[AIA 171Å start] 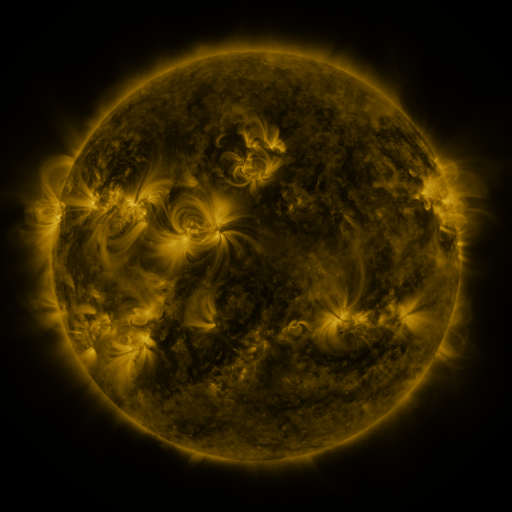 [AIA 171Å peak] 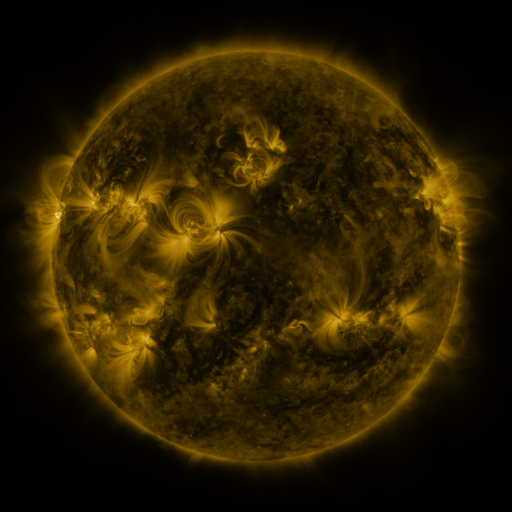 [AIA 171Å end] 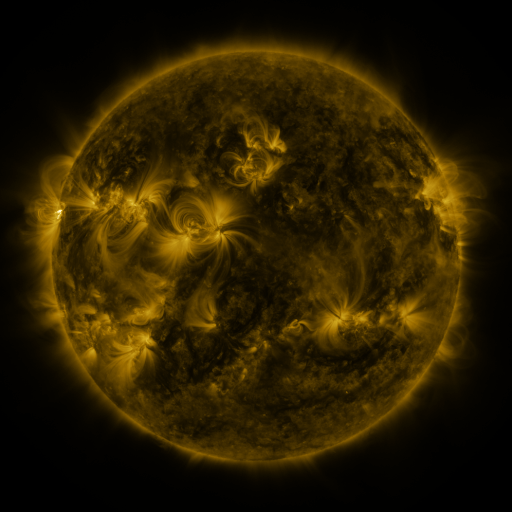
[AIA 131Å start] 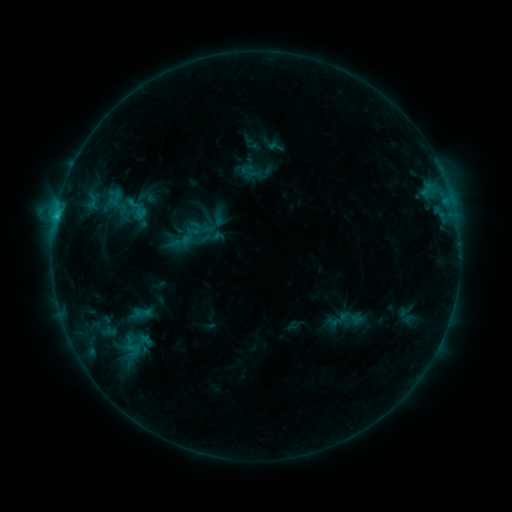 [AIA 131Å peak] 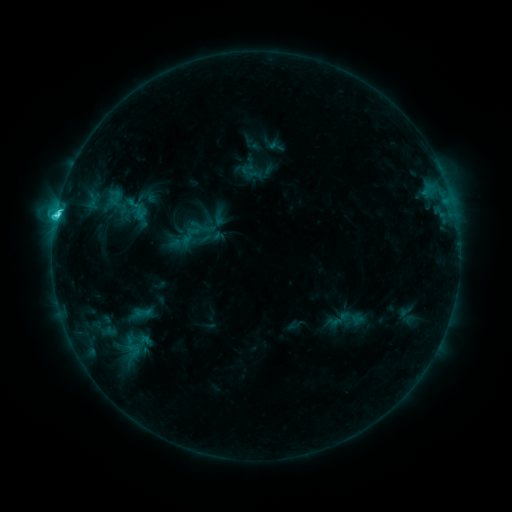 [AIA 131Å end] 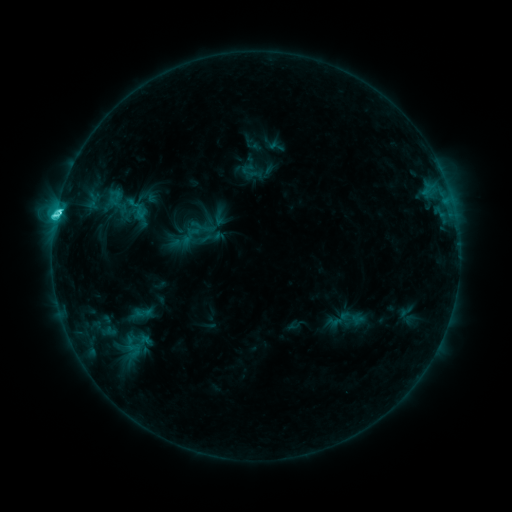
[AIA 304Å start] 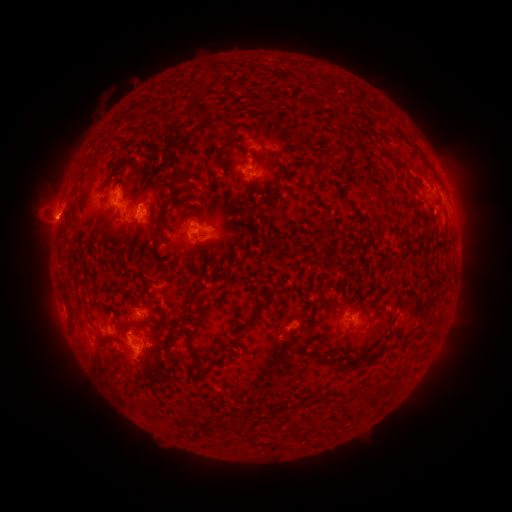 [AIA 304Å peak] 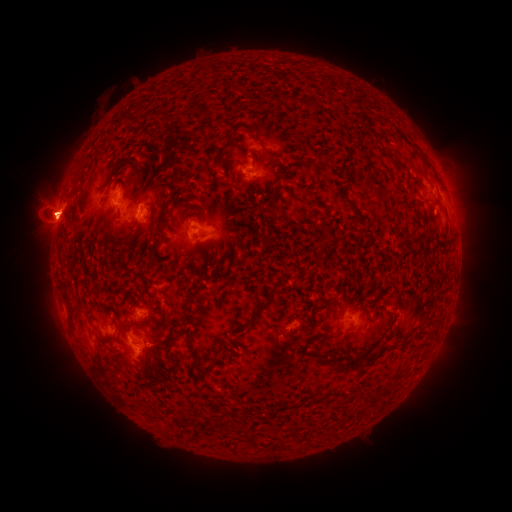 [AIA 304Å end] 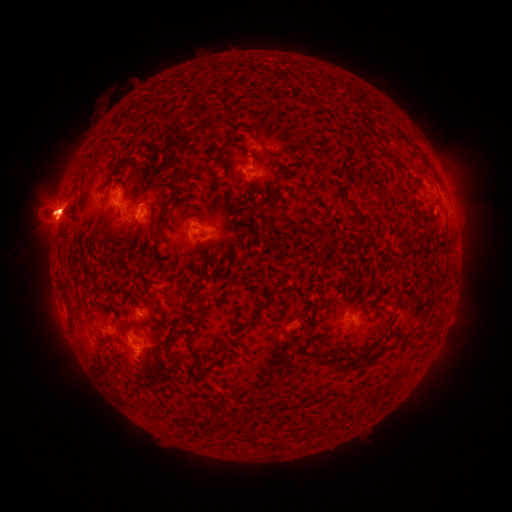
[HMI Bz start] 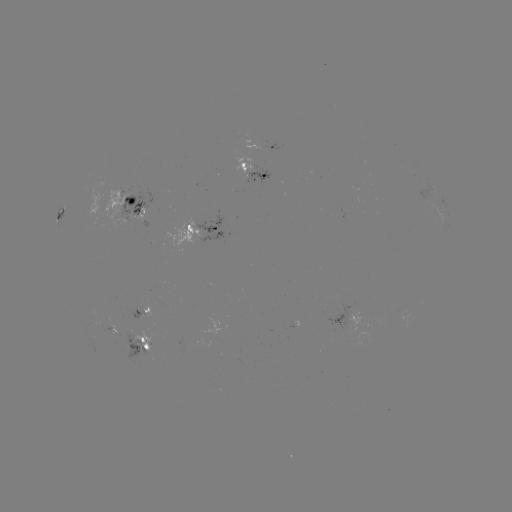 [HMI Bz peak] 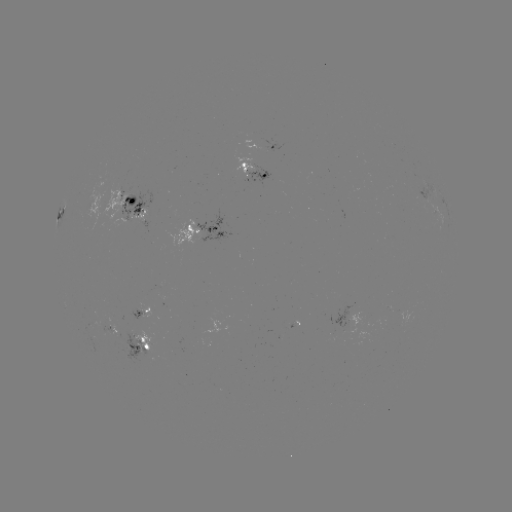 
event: eruption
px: (51, 211)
